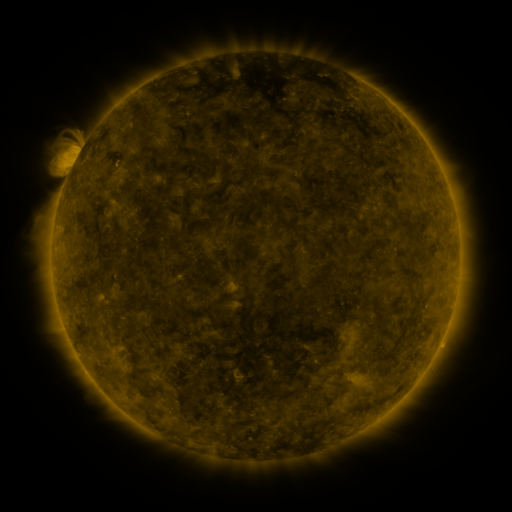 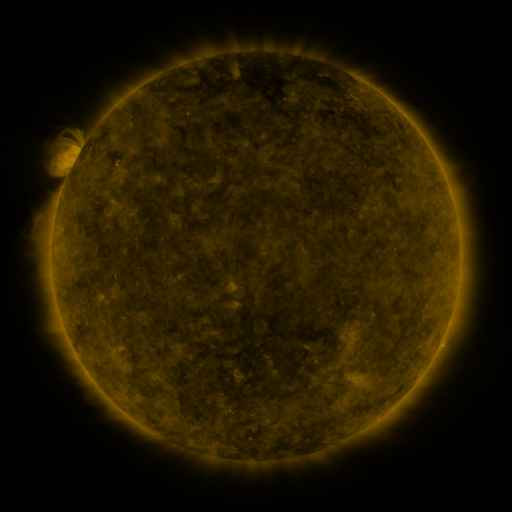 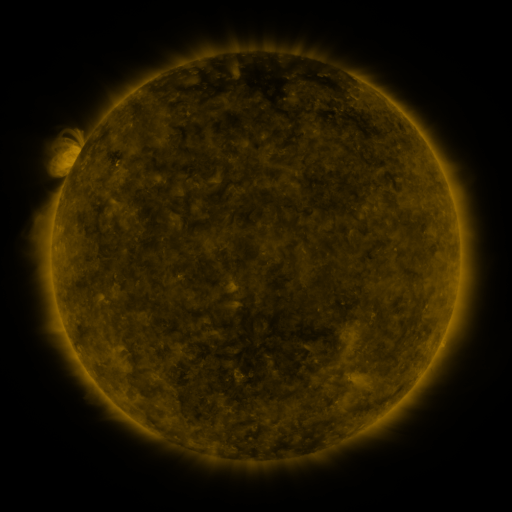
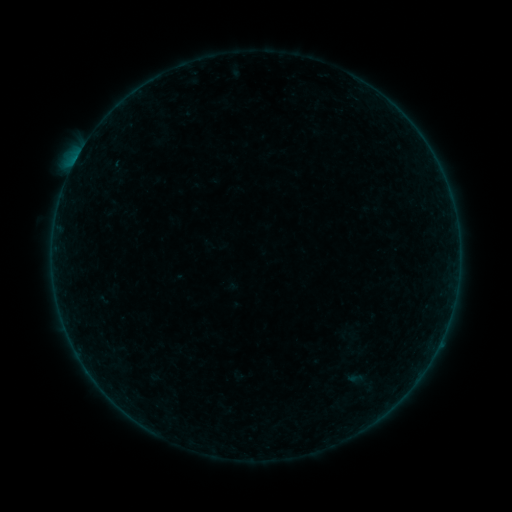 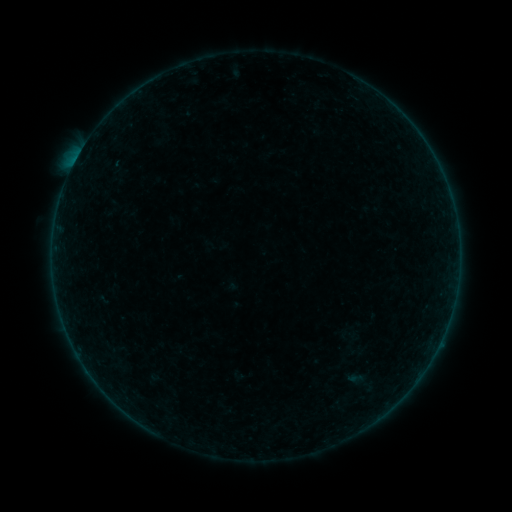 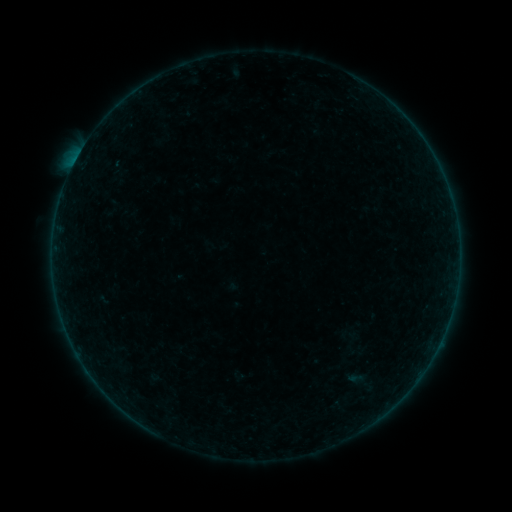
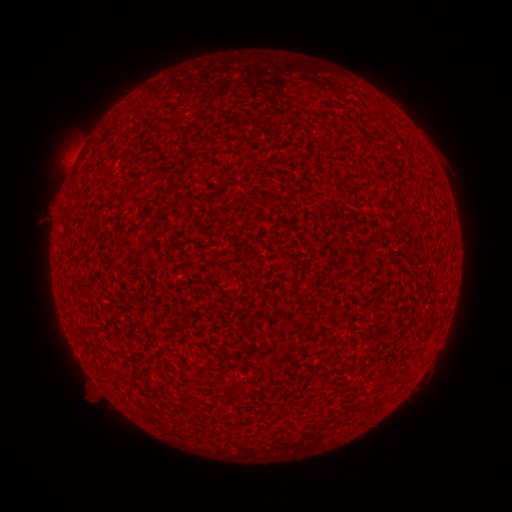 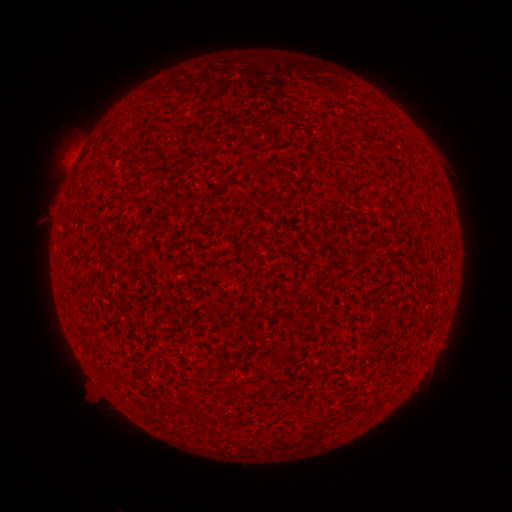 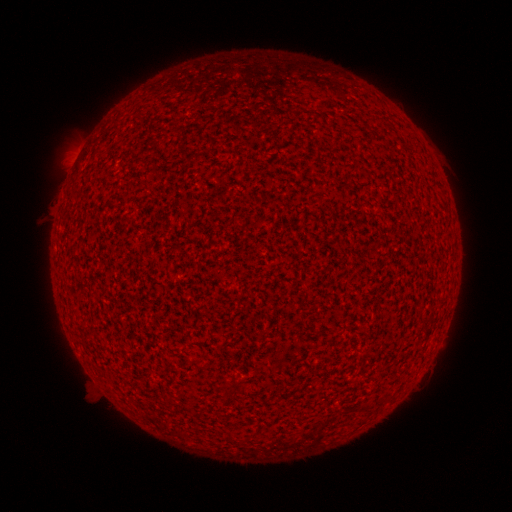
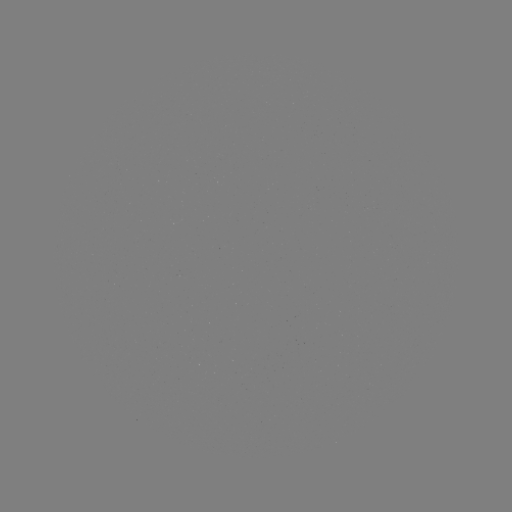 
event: flare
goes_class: B1.4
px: (78, 159)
